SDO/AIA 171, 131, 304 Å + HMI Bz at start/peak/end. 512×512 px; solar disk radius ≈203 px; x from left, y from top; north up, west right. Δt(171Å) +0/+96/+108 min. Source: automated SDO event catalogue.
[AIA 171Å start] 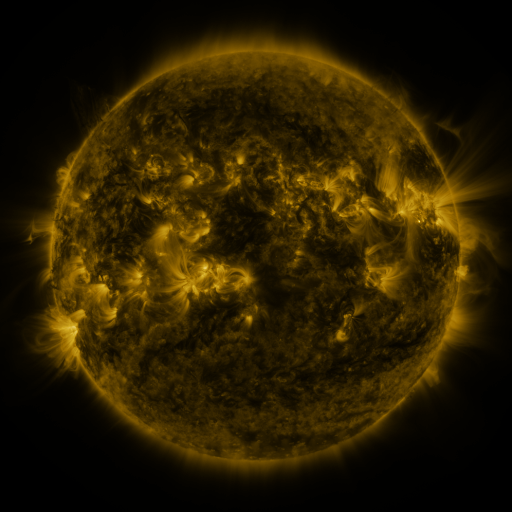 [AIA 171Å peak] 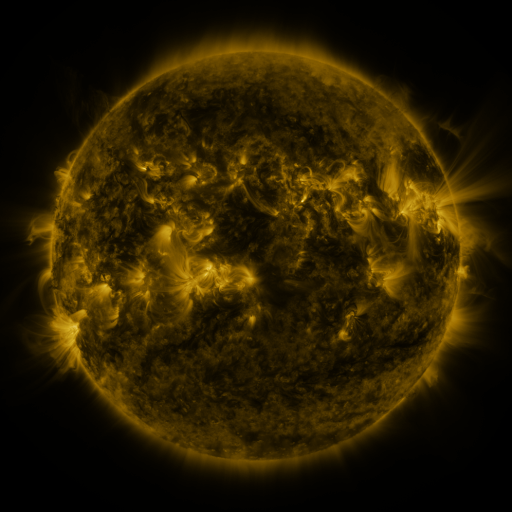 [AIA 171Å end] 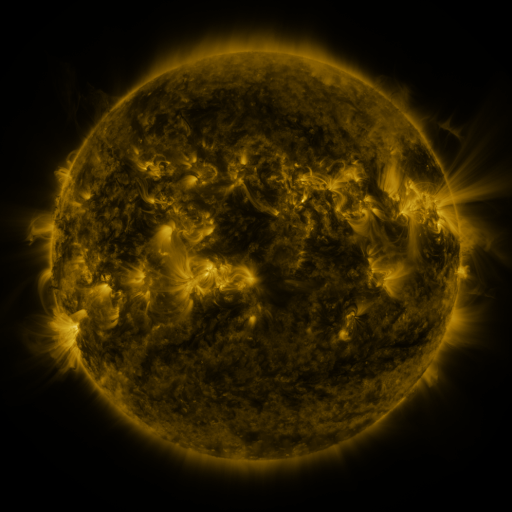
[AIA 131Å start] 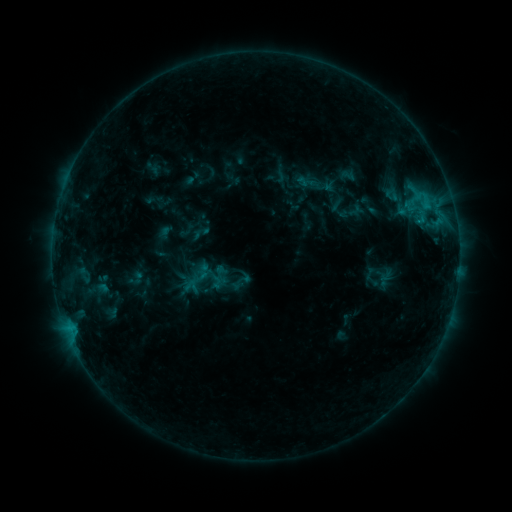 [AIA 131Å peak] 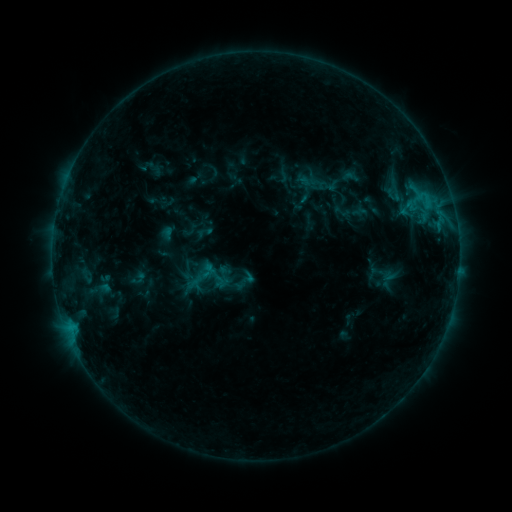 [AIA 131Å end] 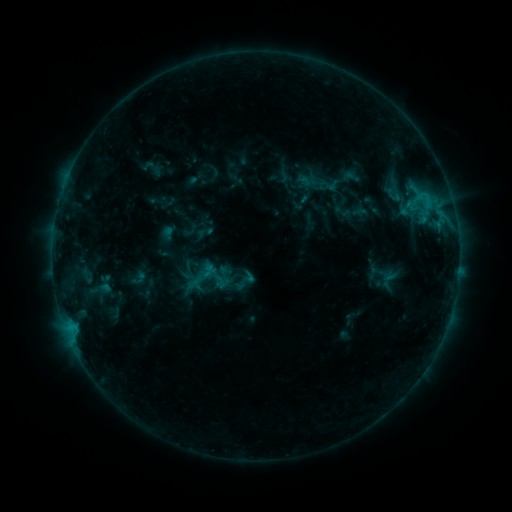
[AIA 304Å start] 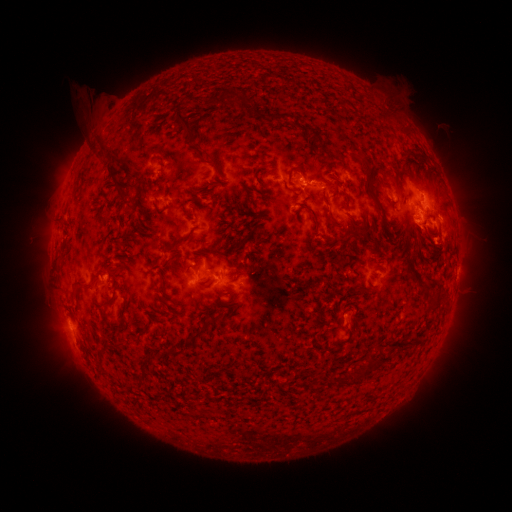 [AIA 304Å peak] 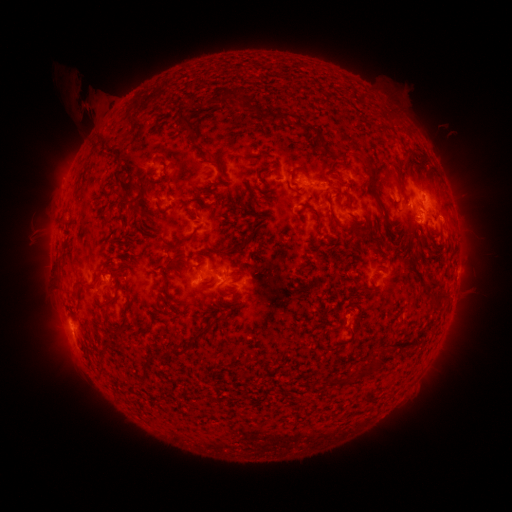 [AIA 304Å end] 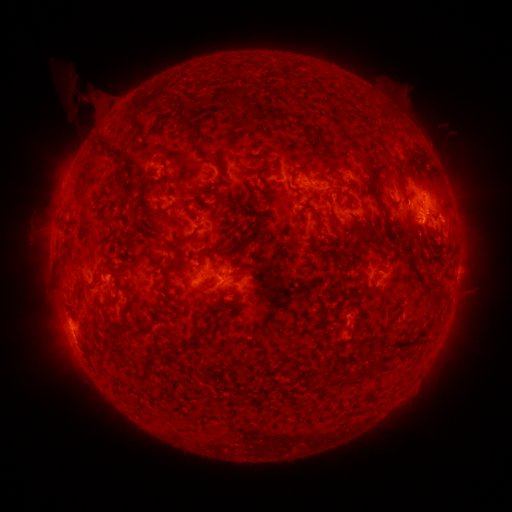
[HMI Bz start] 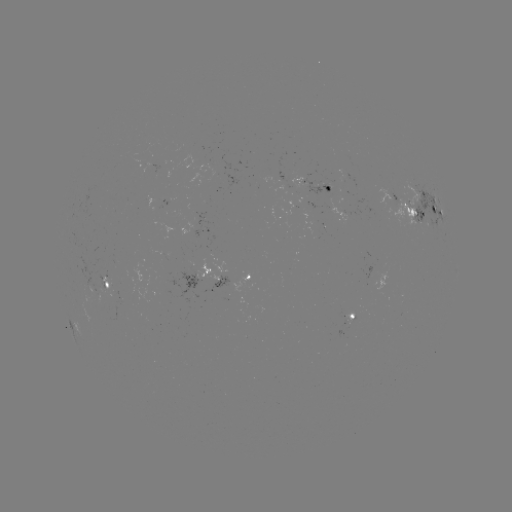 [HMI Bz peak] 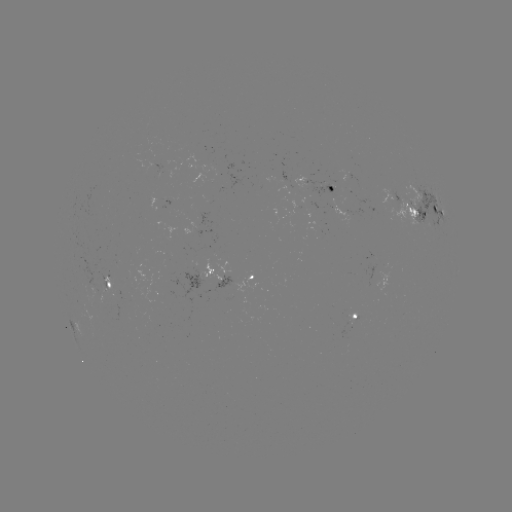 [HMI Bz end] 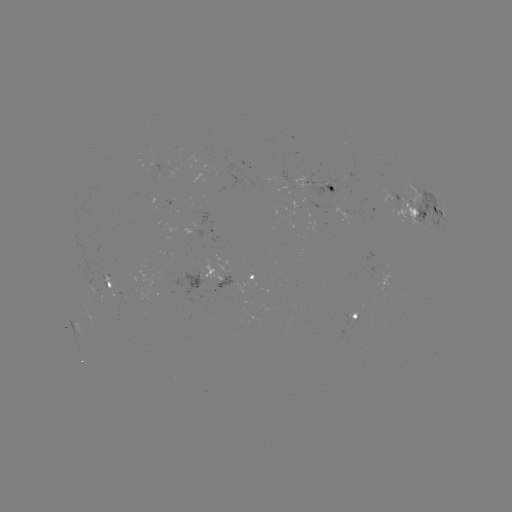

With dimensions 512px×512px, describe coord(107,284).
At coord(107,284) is emerging-flux region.